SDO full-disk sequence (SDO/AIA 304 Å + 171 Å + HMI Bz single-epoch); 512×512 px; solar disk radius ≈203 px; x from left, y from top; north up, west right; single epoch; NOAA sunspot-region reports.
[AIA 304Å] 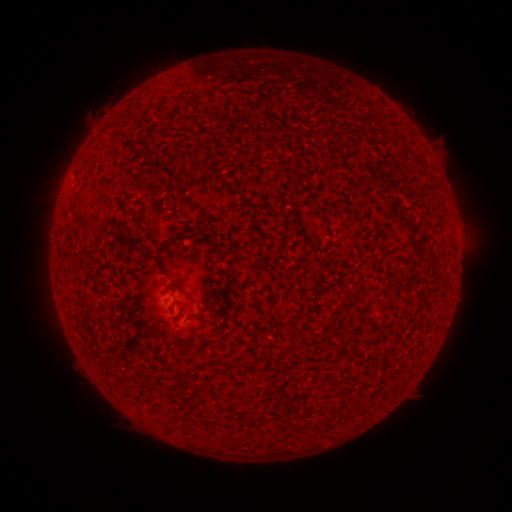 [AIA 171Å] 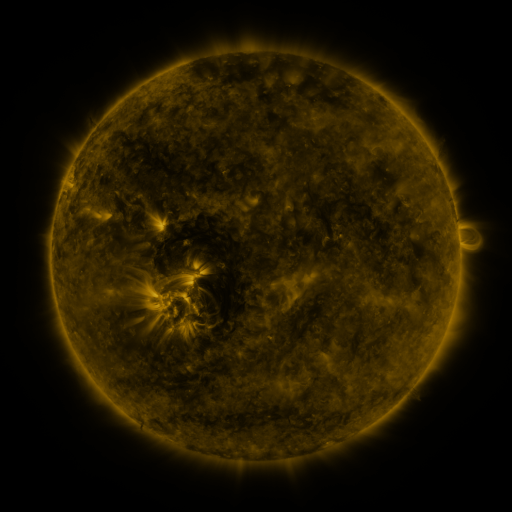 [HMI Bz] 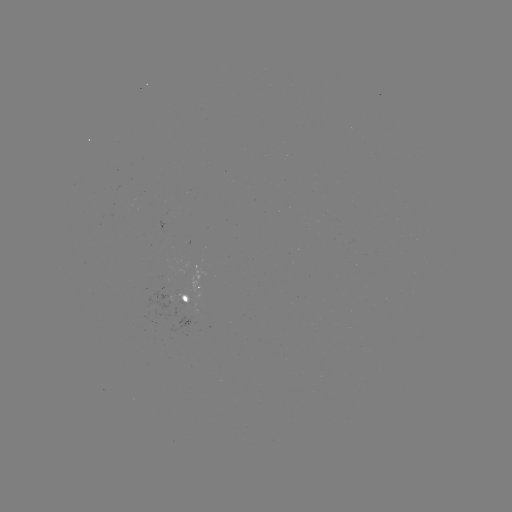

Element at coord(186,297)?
spotted active region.